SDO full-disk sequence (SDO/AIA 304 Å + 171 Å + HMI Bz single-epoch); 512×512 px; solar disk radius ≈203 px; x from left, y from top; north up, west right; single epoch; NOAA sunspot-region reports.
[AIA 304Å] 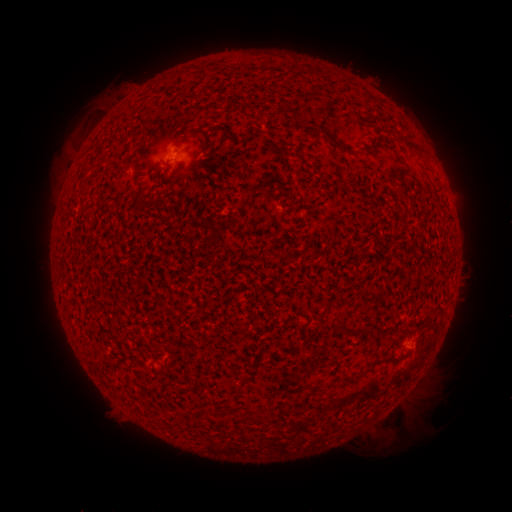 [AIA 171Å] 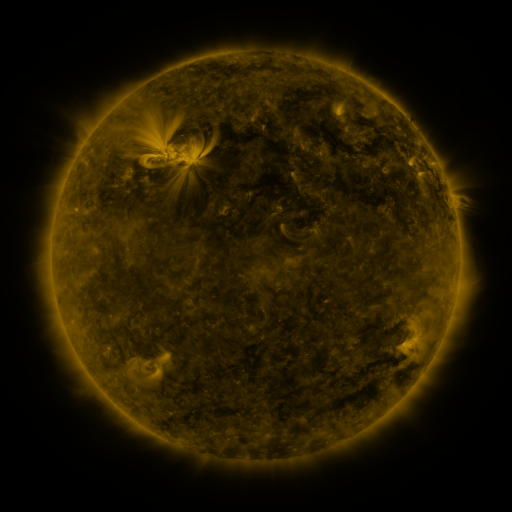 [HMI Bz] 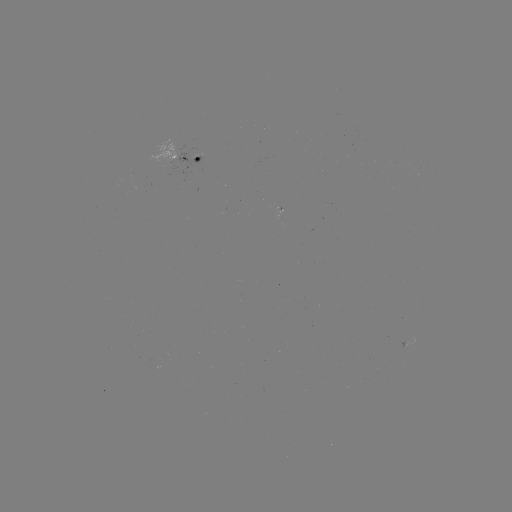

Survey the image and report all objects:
spotted active region: (186, 155)
spotted active region: (406, 342)
